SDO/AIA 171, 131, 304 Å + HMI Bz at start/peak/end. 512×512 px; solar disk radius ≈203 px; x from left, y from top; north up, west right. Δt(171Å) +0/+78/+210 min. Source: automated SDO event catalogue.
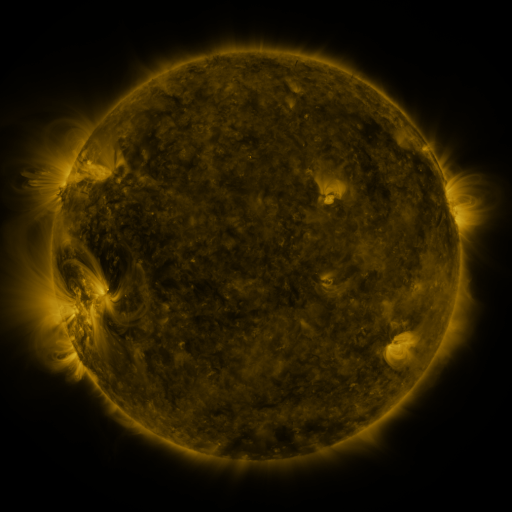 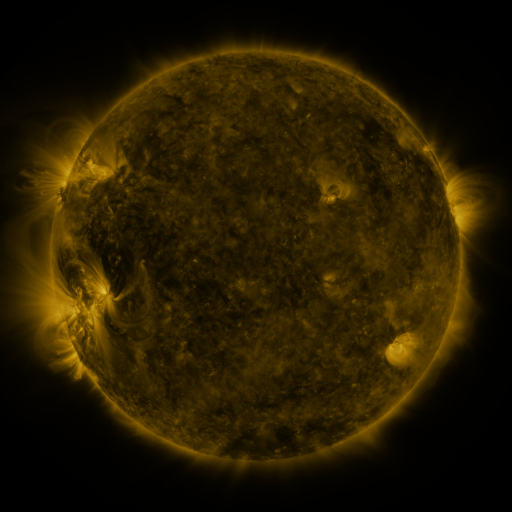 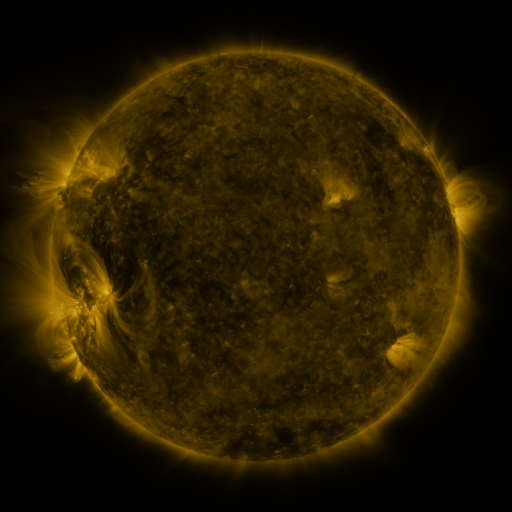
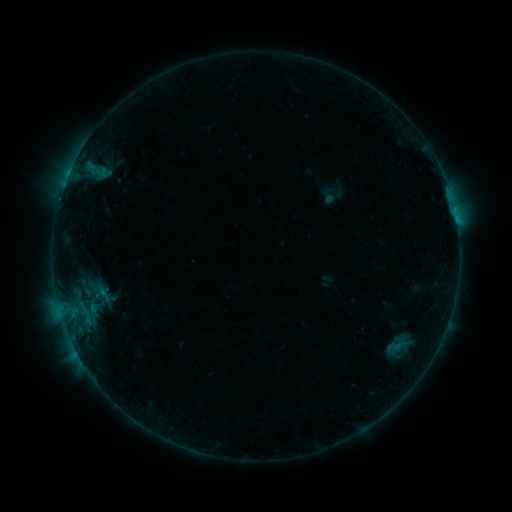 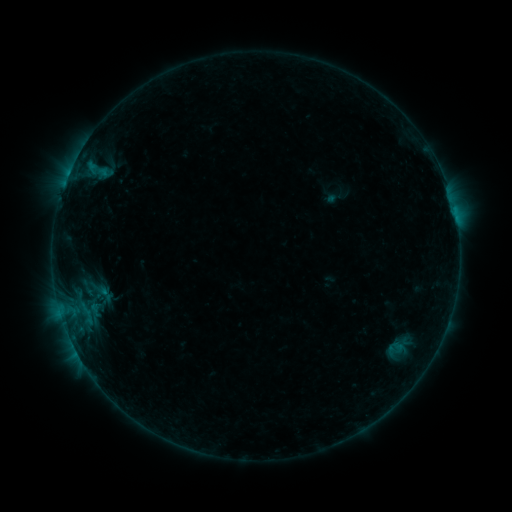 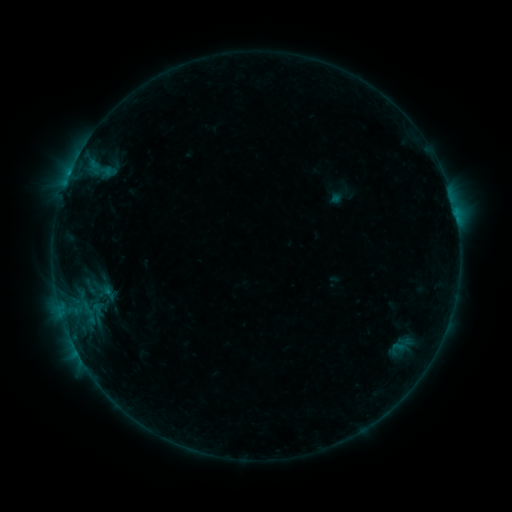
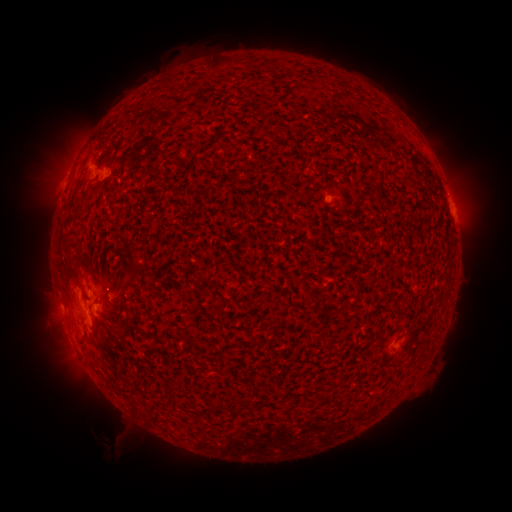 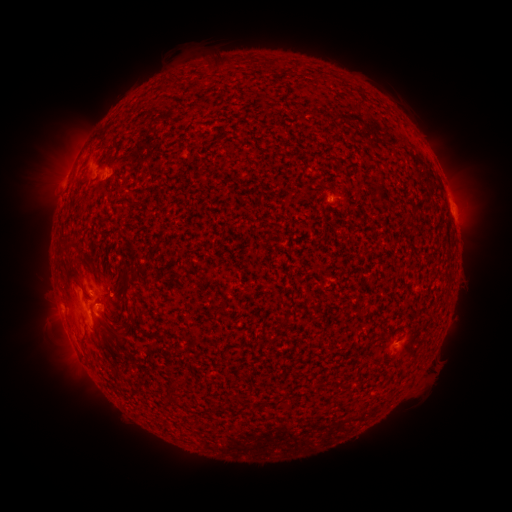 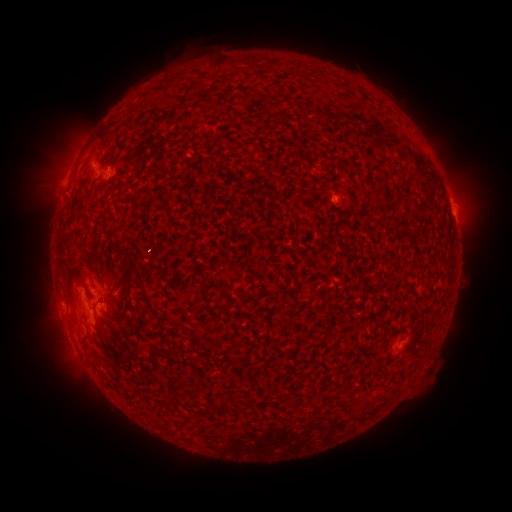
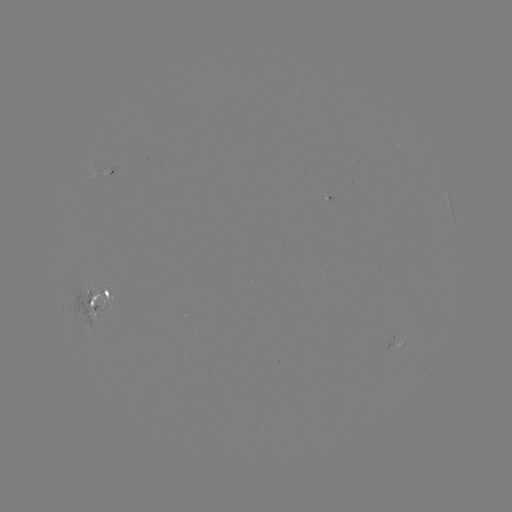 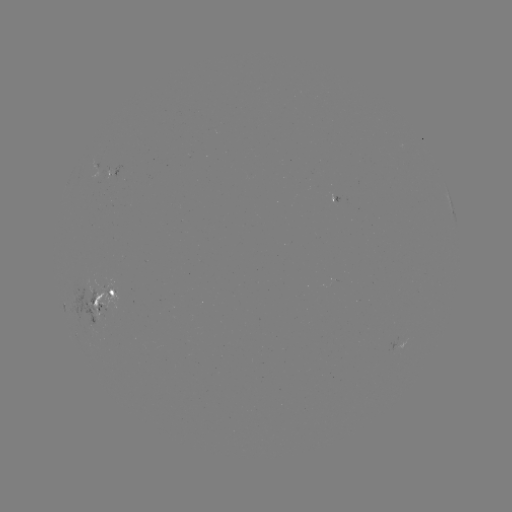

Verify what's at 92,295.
emerging-flux region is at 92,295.